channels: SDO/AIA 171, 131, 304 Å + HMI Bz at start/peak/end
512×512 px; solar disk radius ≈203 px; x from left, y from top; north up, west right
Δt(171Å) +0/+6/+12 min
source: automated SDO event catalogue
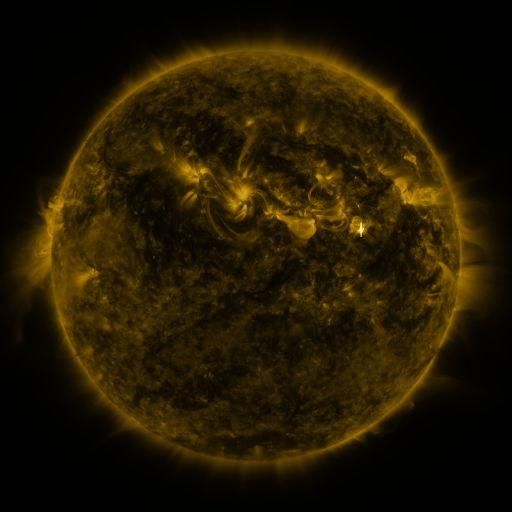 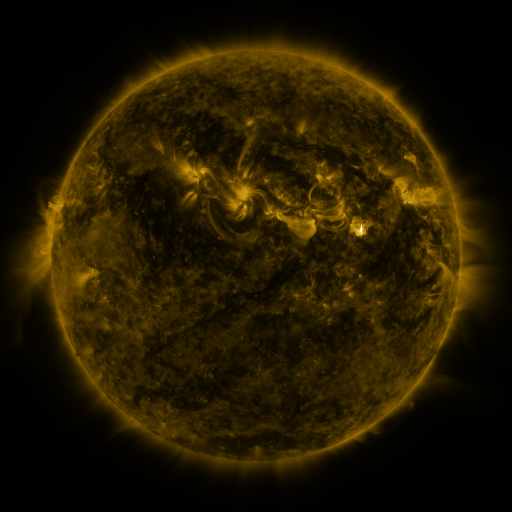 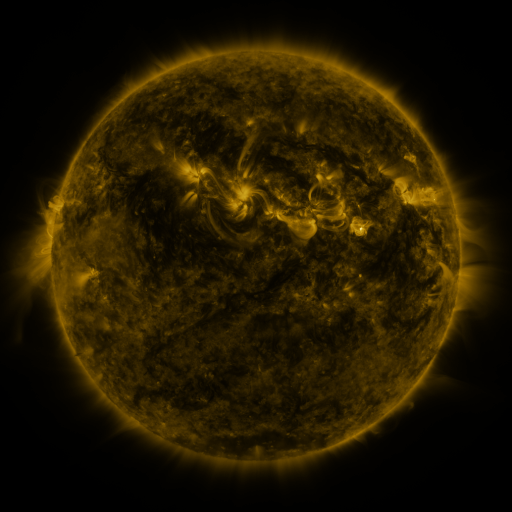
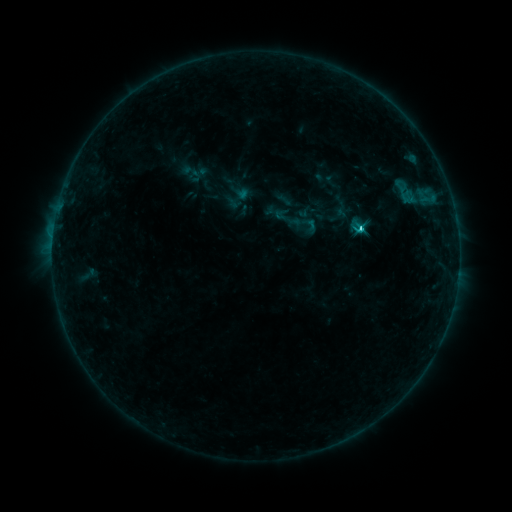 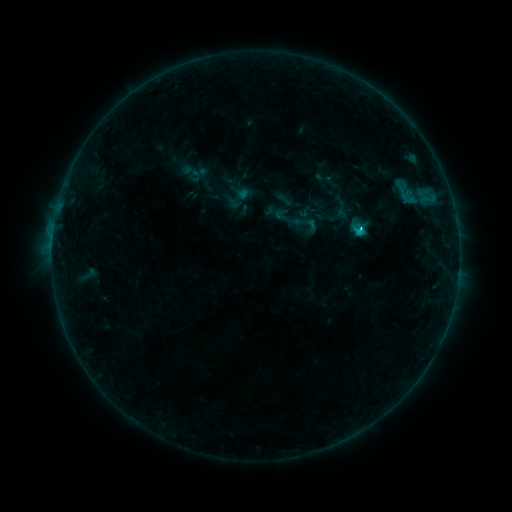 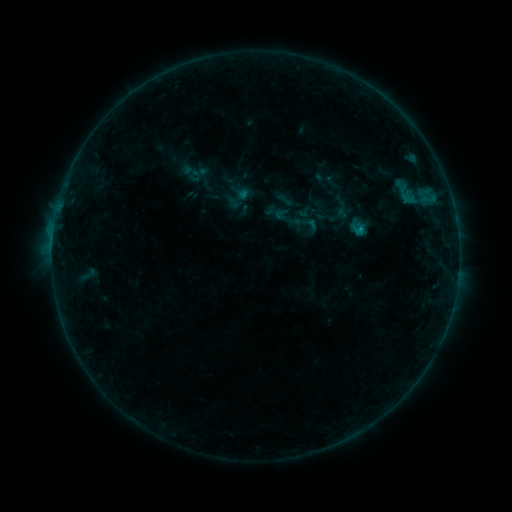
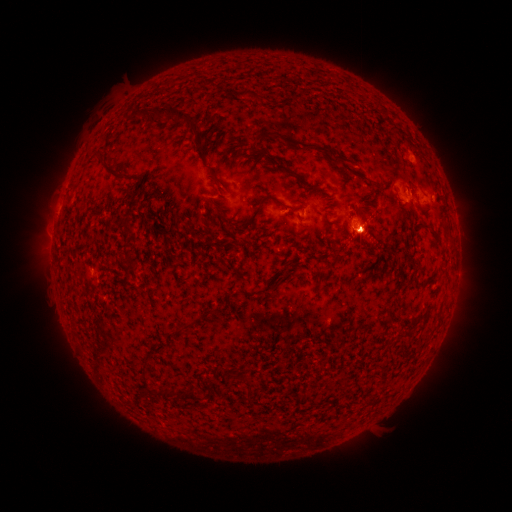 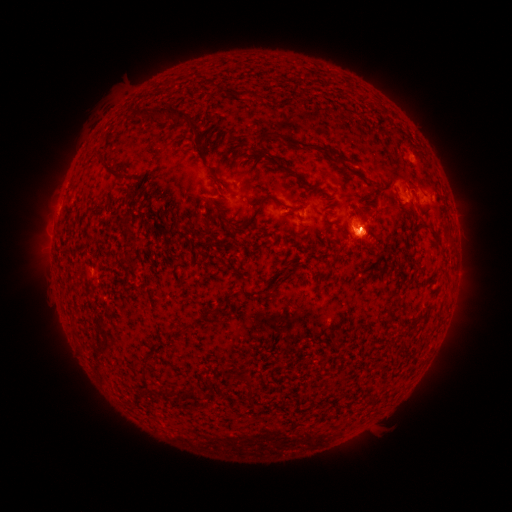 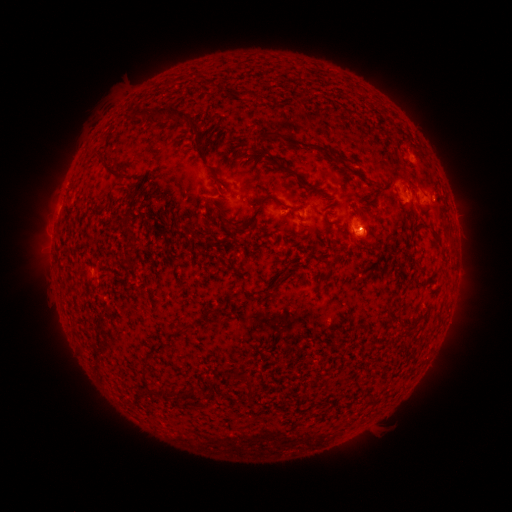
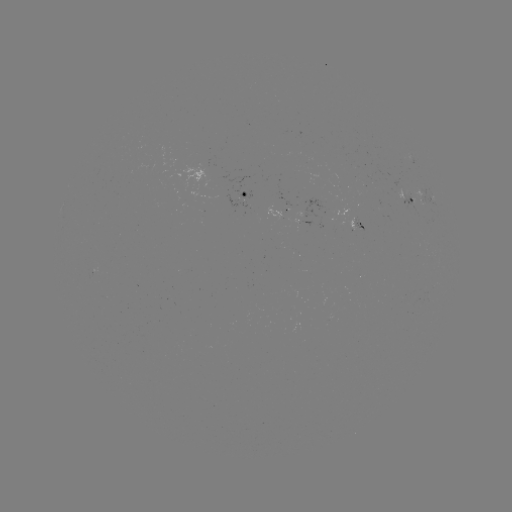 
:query B8.4 flare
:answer [361, 230]